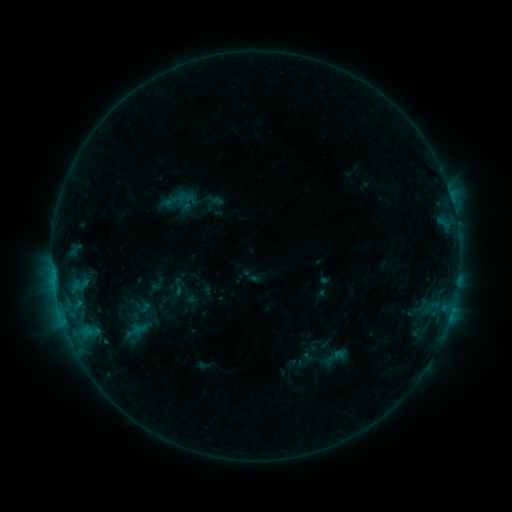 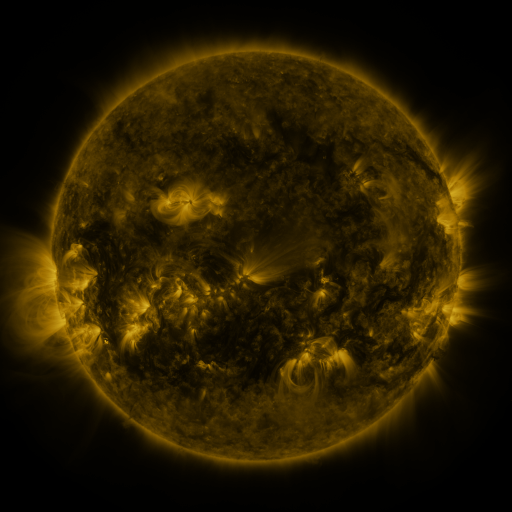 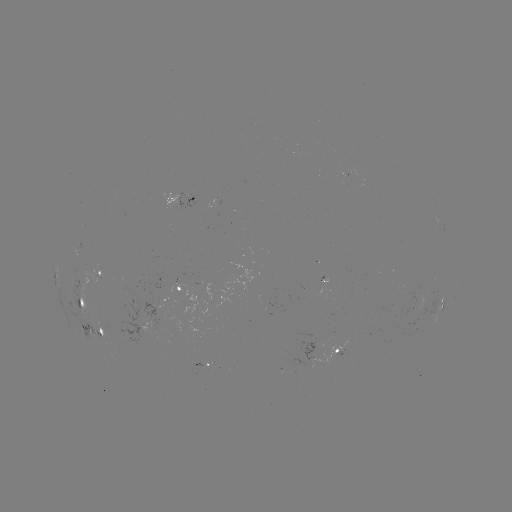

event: sigmoid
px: (177, 287)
